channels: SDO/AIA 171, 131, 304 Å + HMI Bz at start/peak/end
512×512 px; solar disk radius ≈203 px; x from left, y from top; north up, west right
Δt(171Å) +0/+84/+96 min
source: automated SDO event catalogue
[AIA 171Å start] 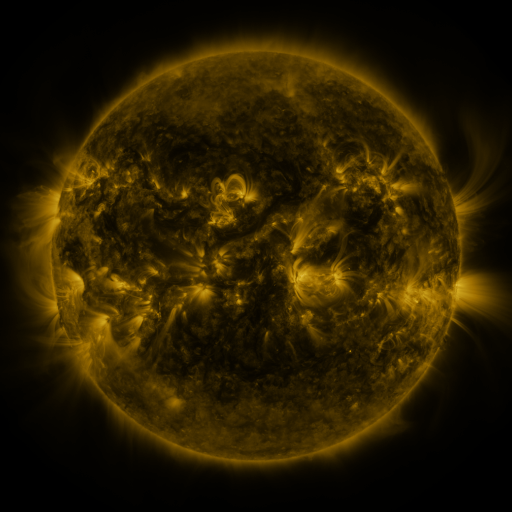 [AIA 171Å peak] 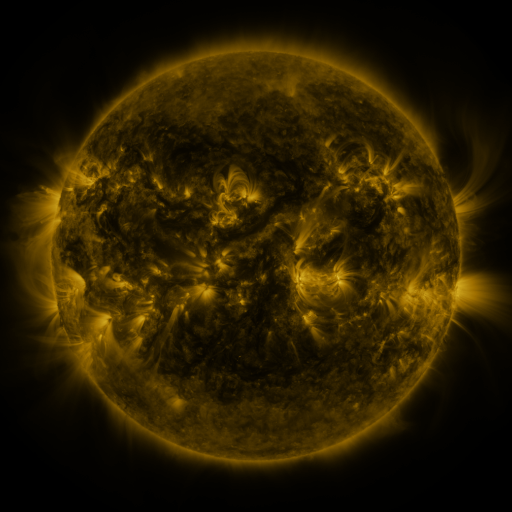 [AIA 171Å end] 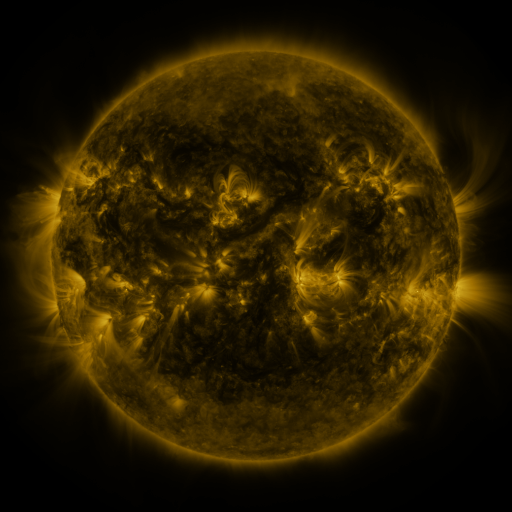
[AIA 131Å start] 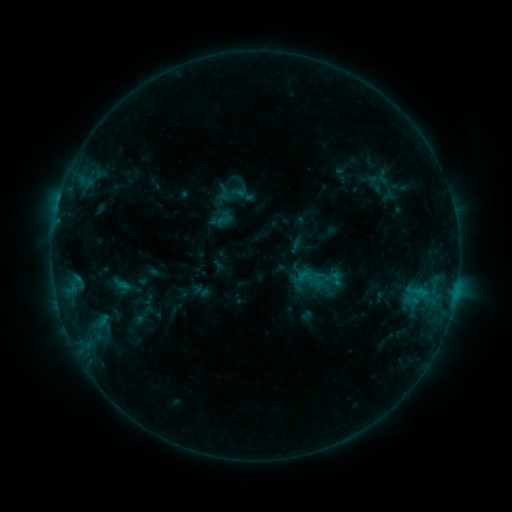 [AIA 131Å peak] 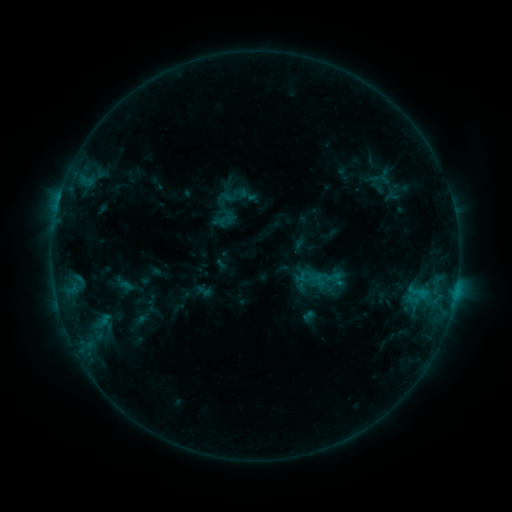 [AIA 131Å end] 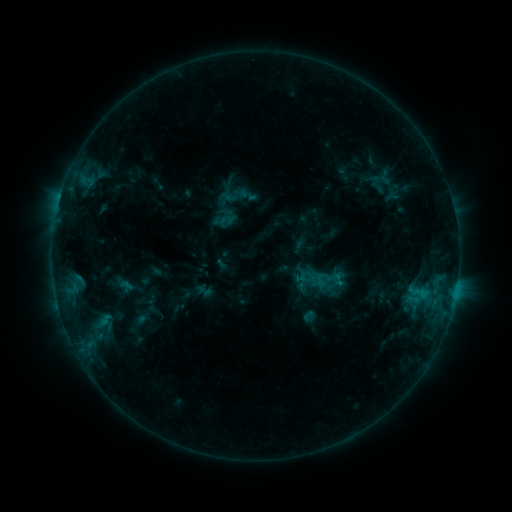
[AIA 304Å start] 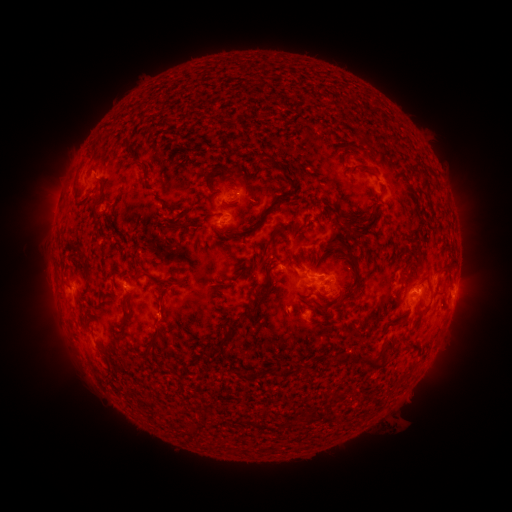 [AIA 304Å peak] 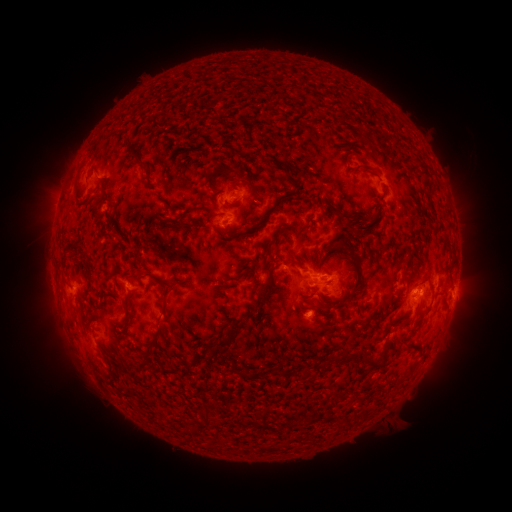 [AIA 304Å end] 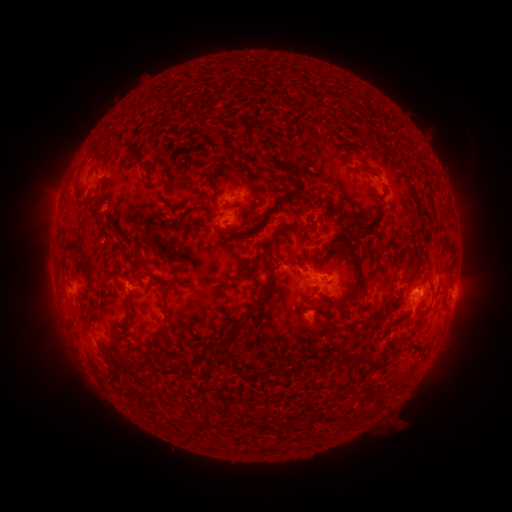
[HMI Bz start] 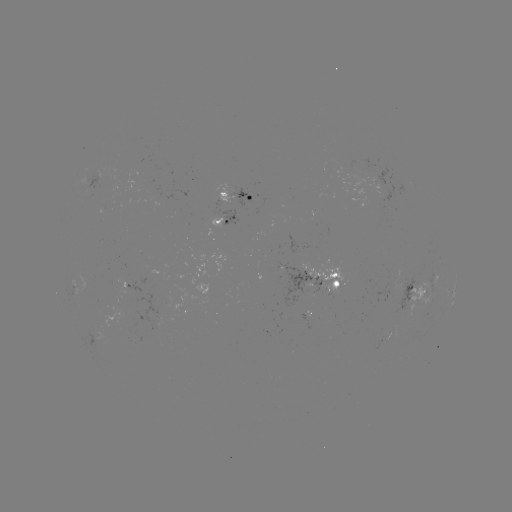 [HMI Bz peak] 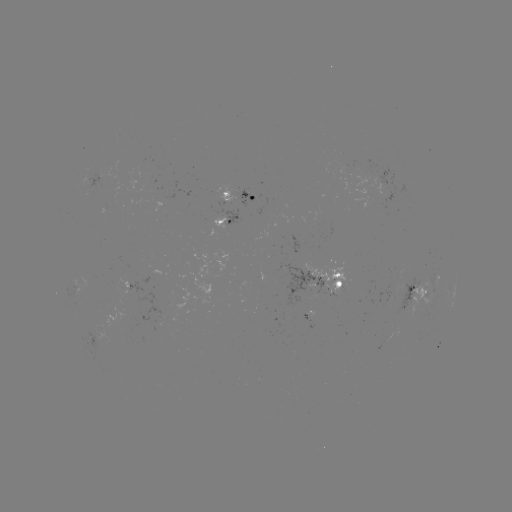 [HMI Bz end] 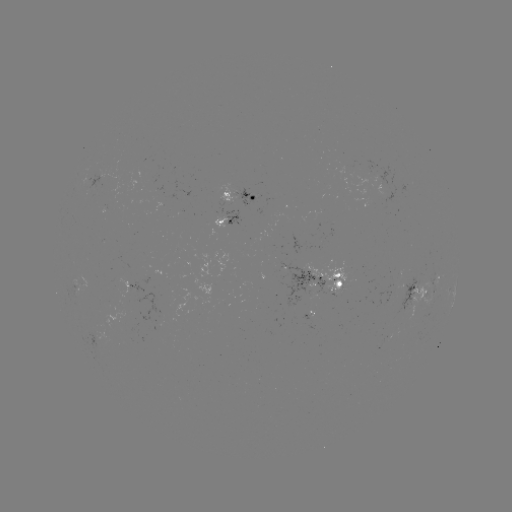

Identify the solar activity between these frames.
emerging-flux region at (333, 285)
